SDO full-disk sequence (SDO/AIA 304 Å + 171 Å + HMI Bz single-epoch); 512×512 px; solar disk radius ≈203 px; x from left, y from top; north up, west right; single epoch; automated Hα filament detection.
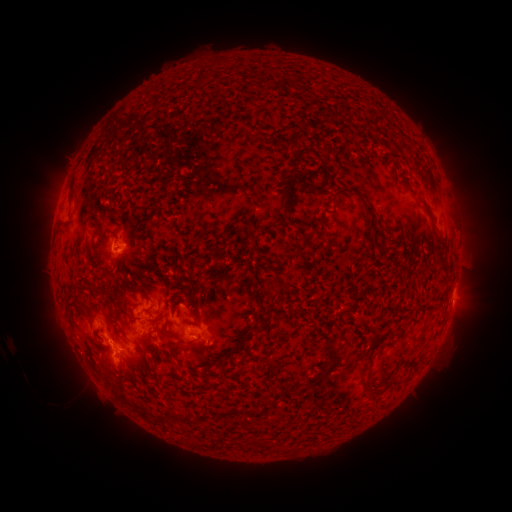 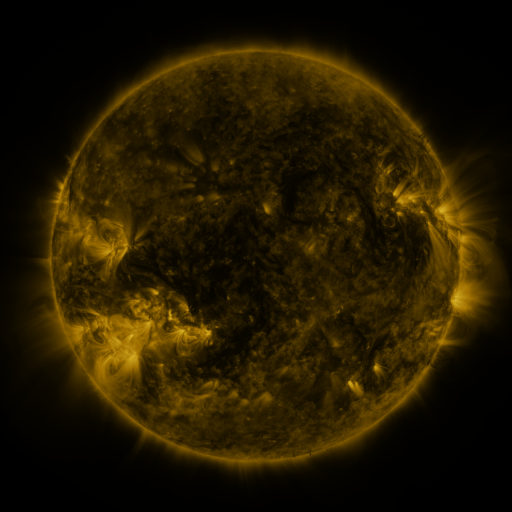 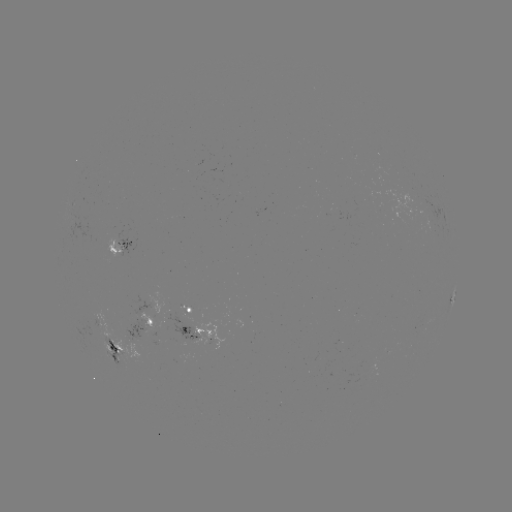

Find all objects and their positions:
filament: (294, 150)
filament: (101, 173)
filament: (338, 191)
filament: (422, 197)
filament: (288, 198)
filament: (111, 234)
filament: (385, 247)
filament: (274, 270)
filament: (84, 291)
filament: (192, 296)
filament: (273, 301)
filament: (78, 309)
filament: (425, 327)
filament: (172, 335)
filament: (244, 343)
filament: (194, 345)
filament: (415, 363)
filament: (210, 364)
filament: (369, 388)
